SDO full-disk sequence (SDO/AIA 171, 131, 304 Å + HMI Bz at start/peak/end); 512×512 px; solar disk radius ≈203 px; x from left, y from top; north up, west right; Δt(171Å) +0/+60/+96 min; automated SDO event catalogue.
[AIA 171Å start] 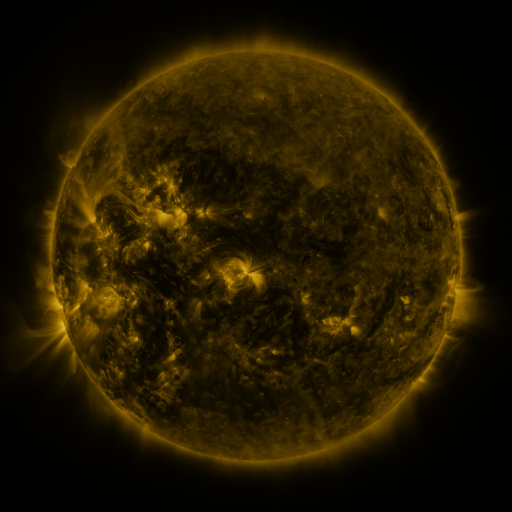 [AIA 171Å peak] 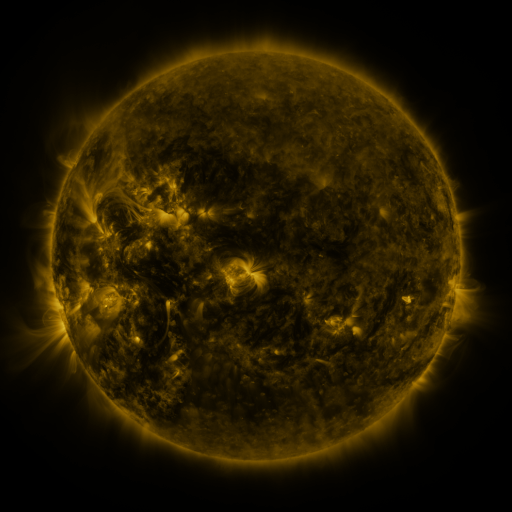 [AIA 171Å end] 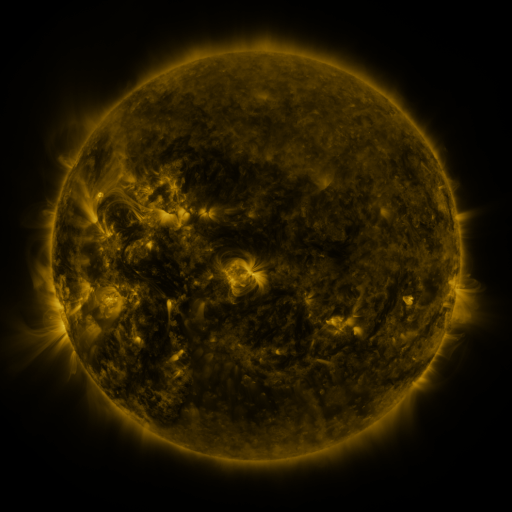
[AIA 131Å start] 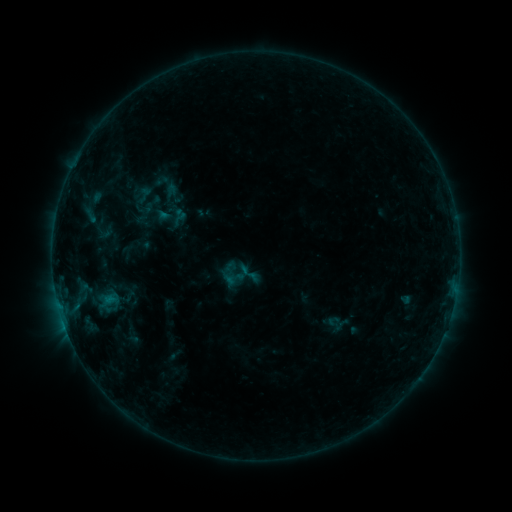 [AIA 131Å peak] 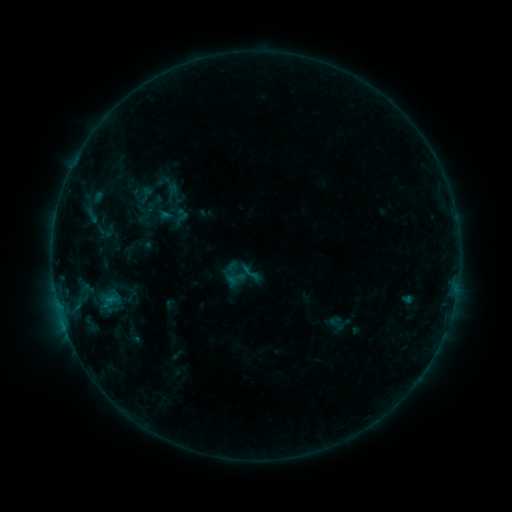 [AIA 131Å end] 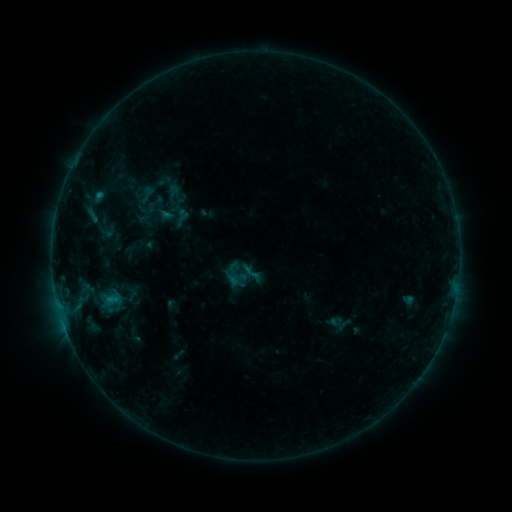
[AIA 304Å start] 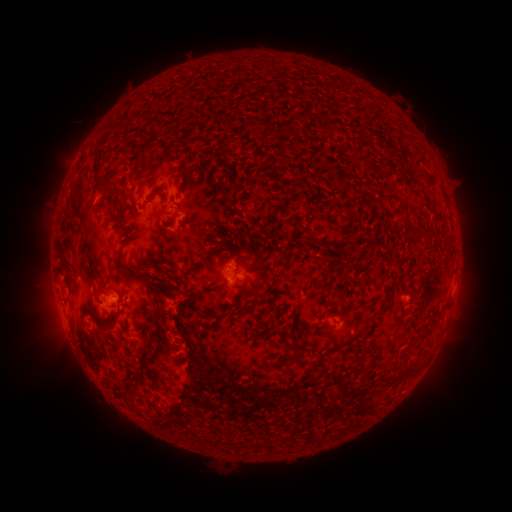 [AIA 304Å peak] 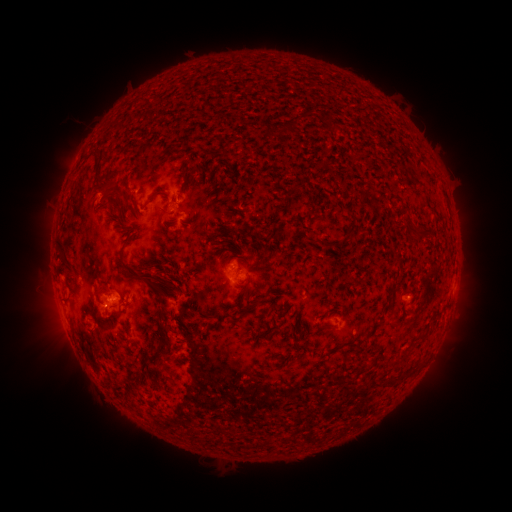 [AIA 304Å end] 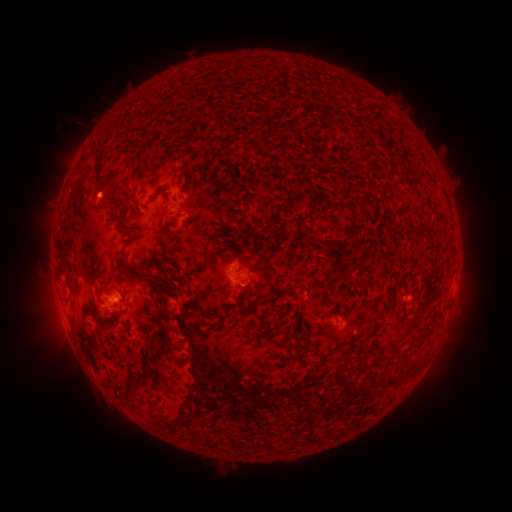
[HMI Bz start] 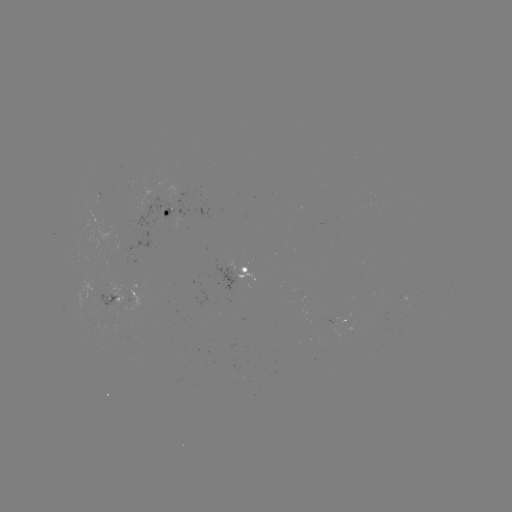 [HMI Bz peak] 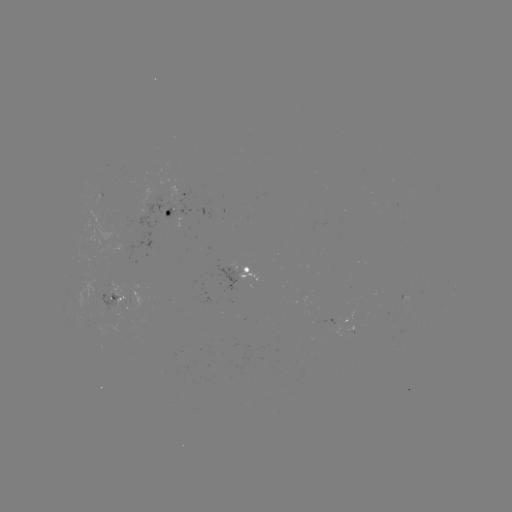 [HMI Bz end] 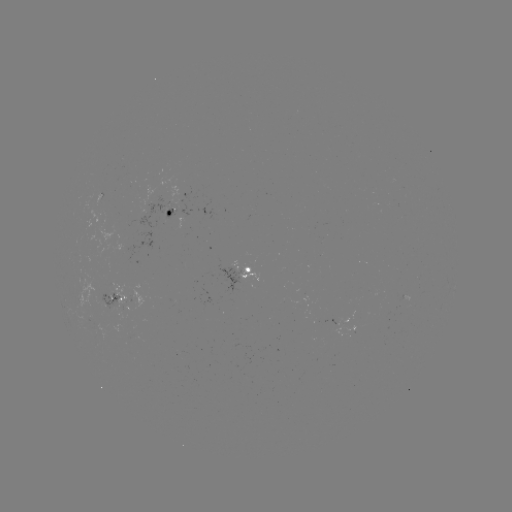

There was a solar emerging-flux region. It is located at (134, 336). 